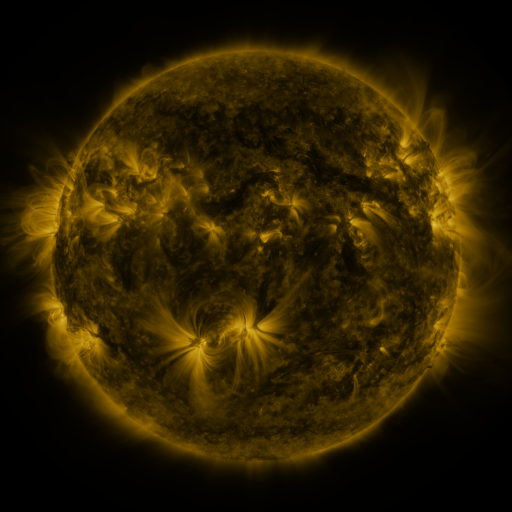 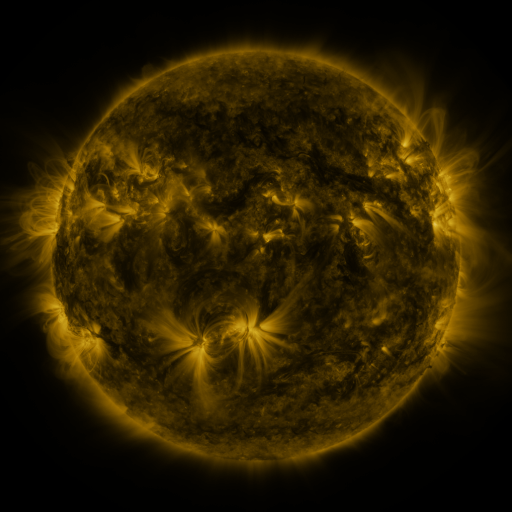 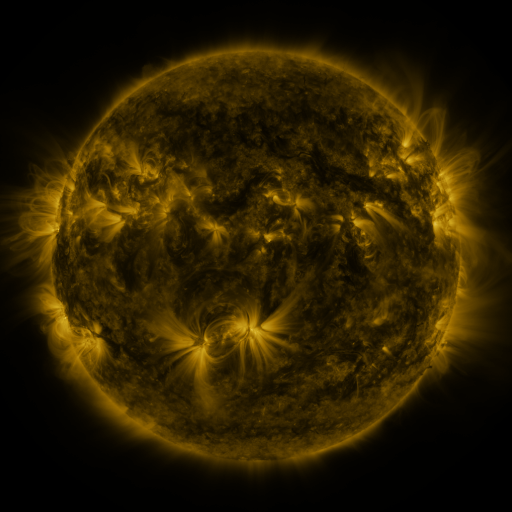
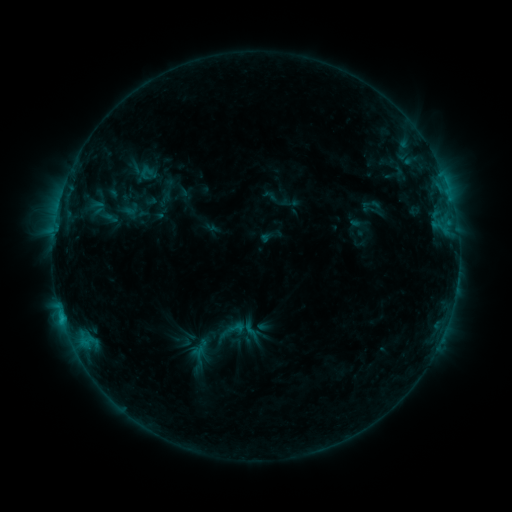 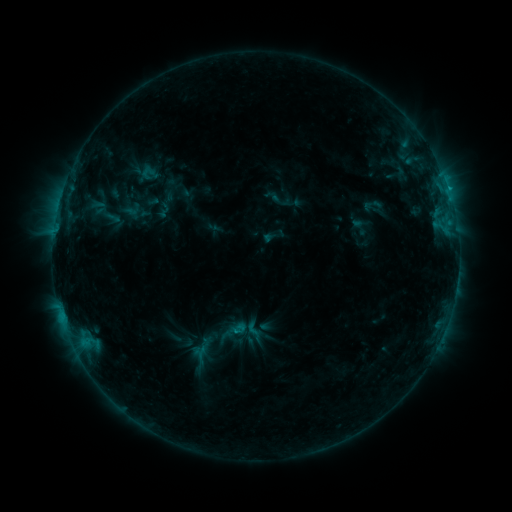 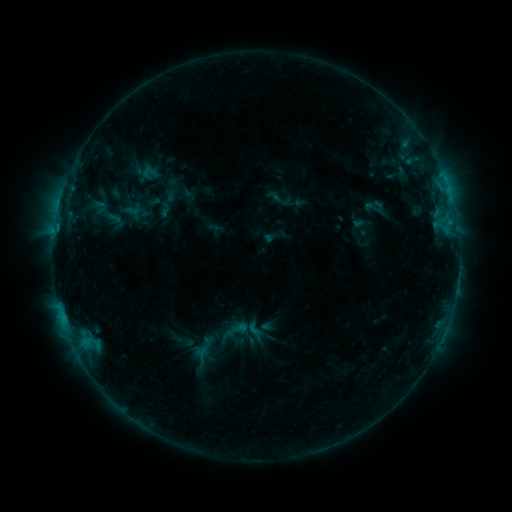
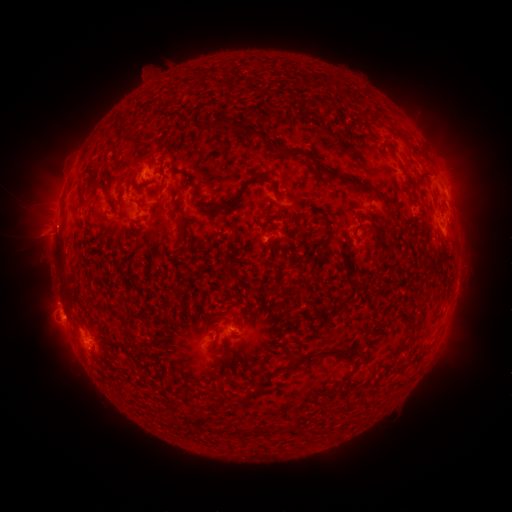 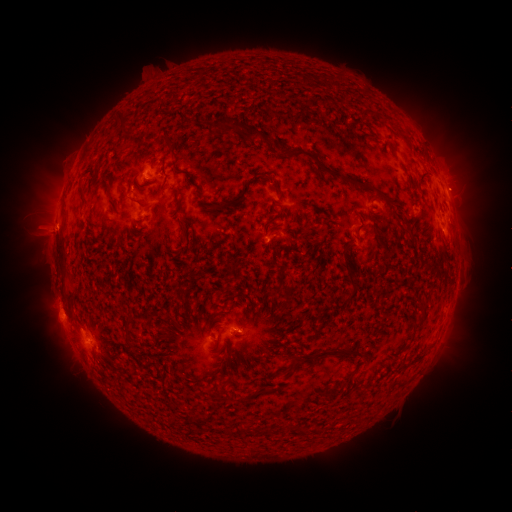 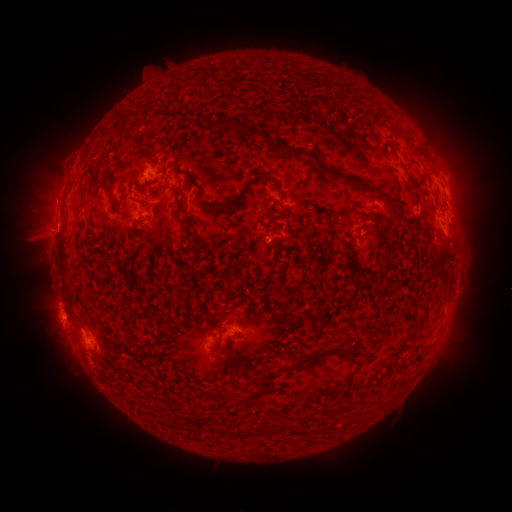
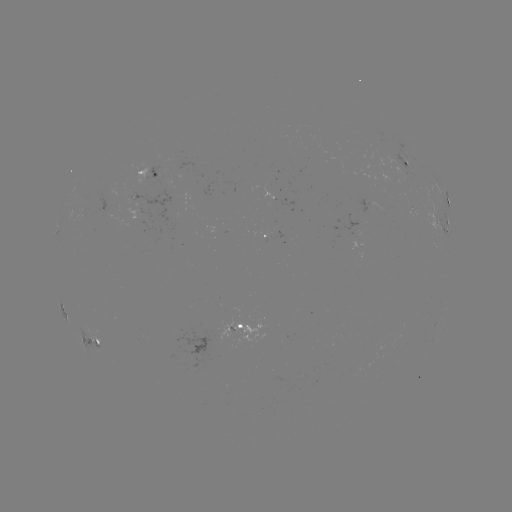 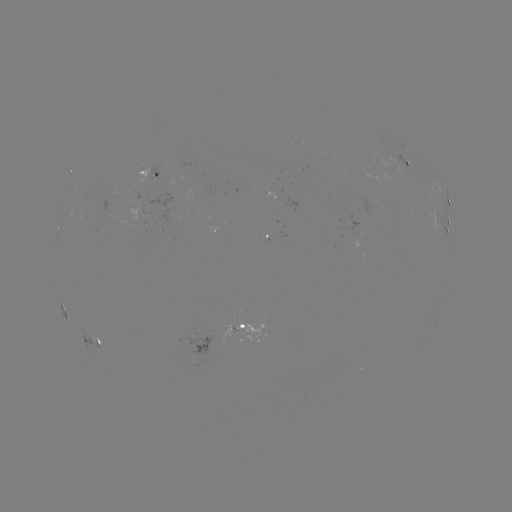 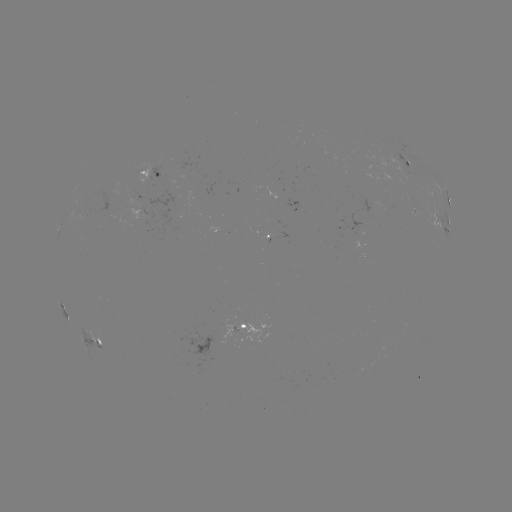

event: emerging-flux region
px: (161, 172)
